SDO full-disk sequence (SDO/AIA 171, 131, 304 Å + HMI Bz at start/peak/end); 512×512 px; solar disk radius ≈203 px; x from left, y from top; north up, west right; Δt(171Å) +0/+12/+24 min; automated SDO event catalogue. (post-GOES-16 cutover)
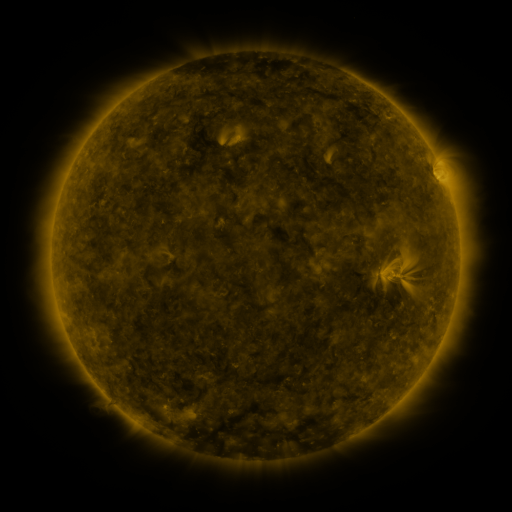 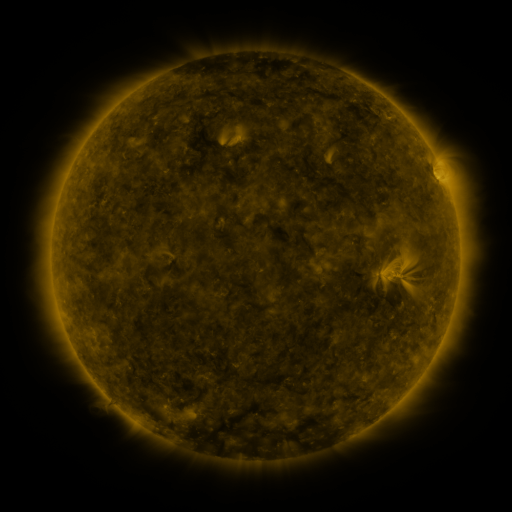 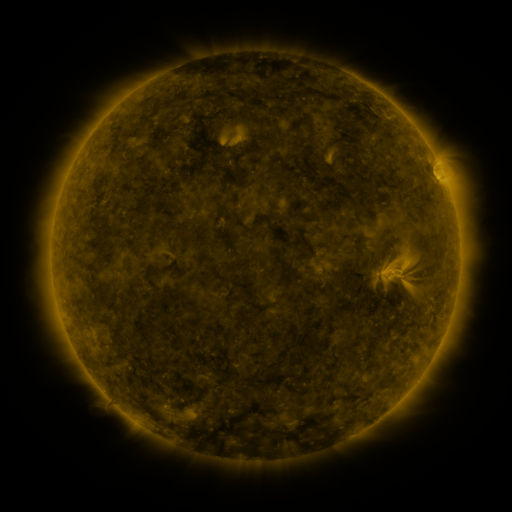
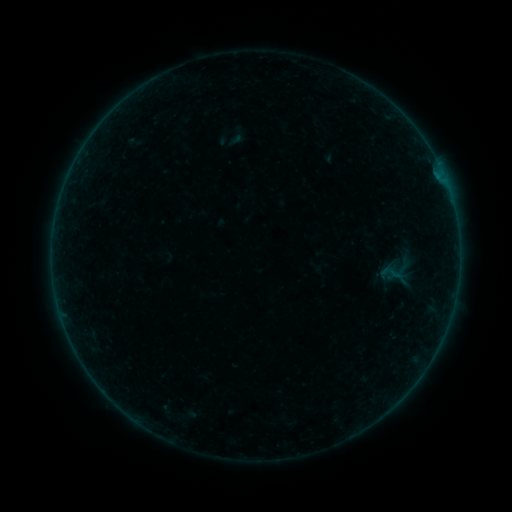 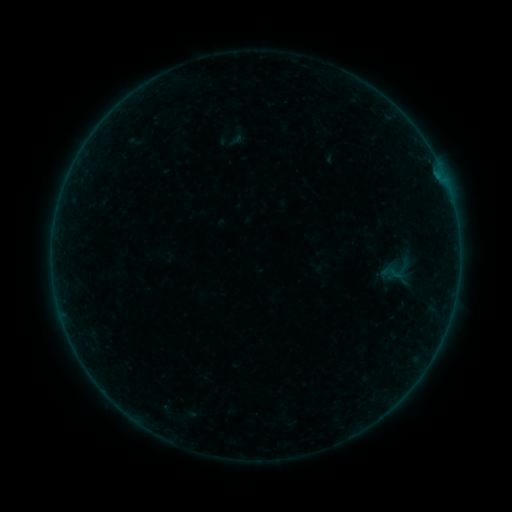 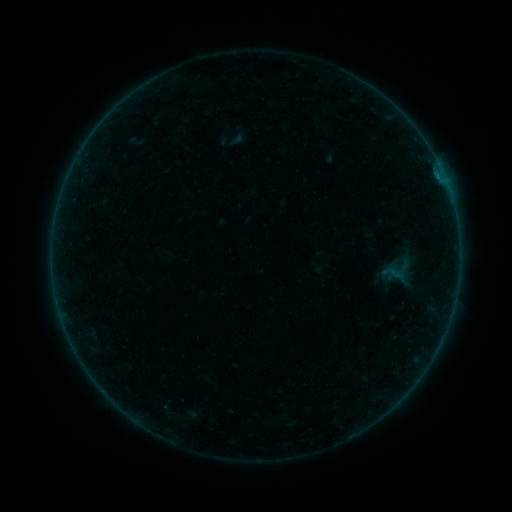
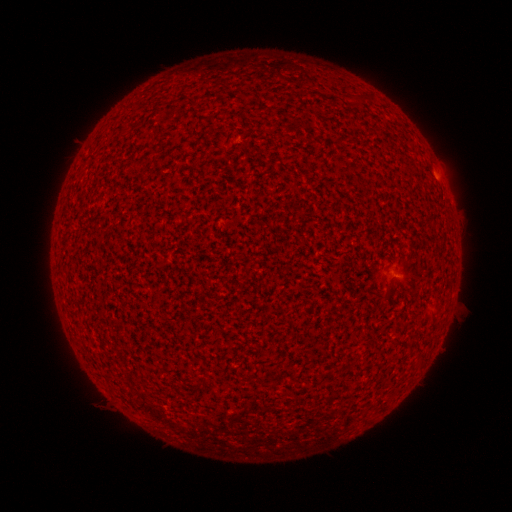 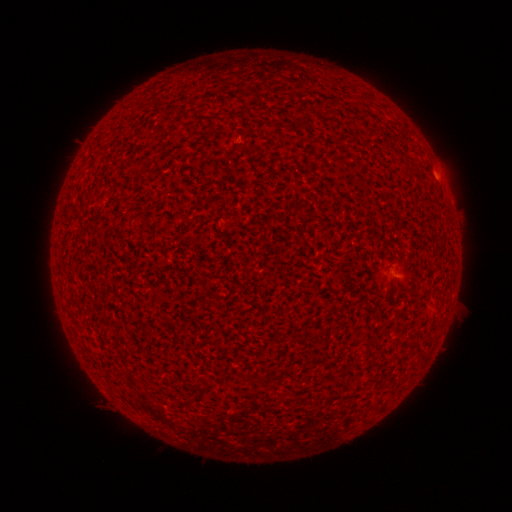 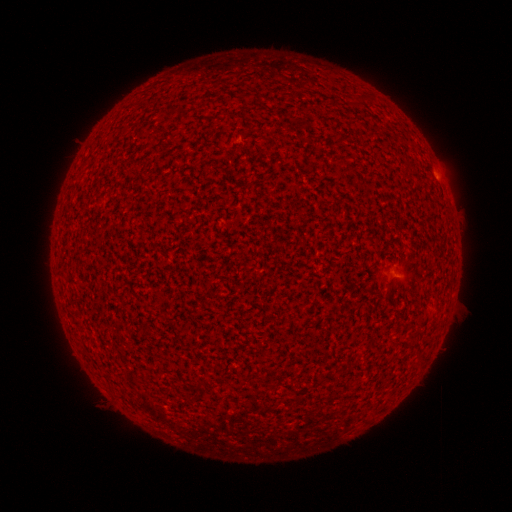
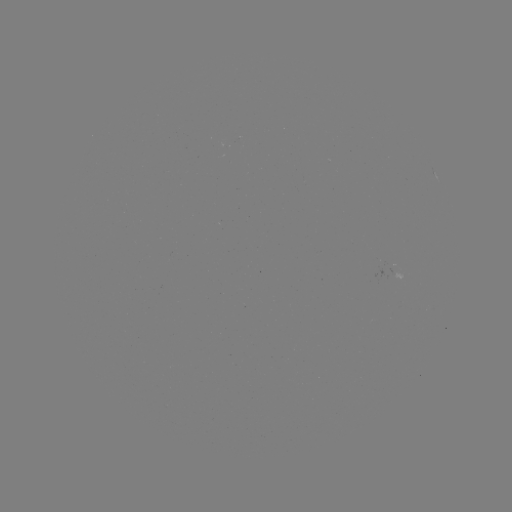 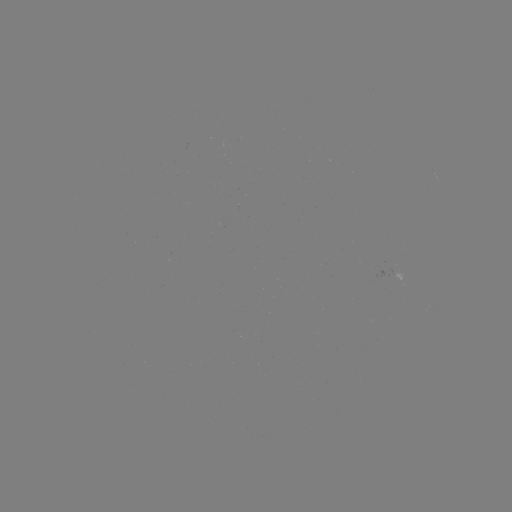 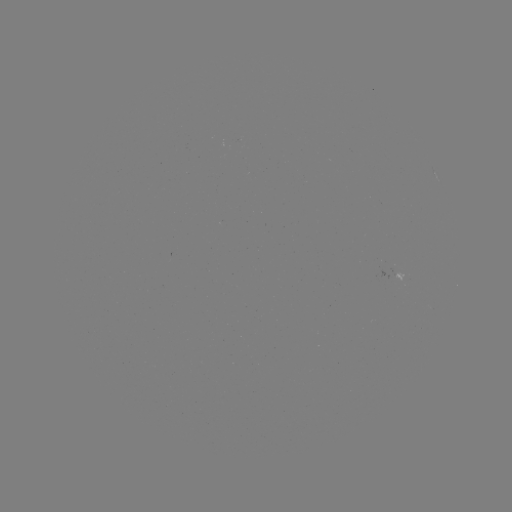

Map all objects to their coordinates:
A3.7 flare: (438, 176)
